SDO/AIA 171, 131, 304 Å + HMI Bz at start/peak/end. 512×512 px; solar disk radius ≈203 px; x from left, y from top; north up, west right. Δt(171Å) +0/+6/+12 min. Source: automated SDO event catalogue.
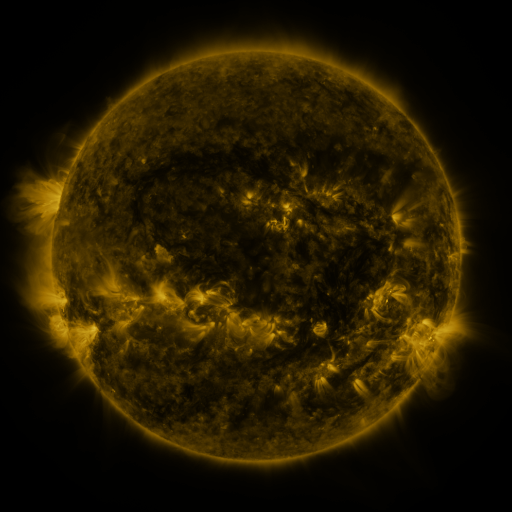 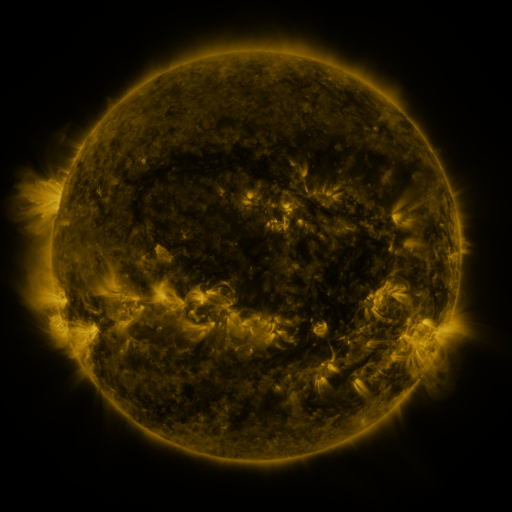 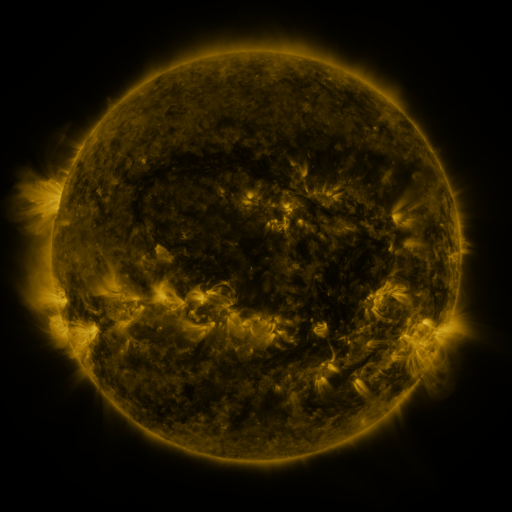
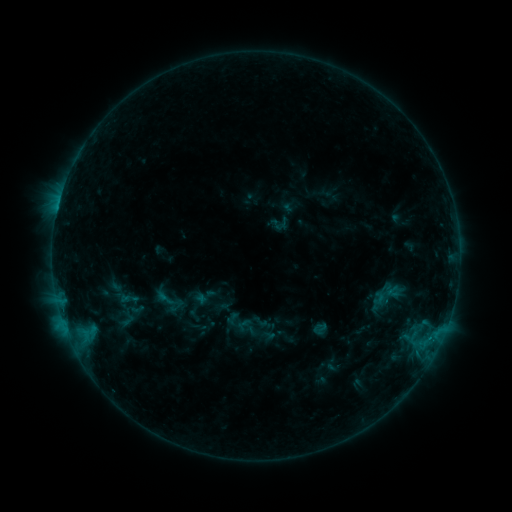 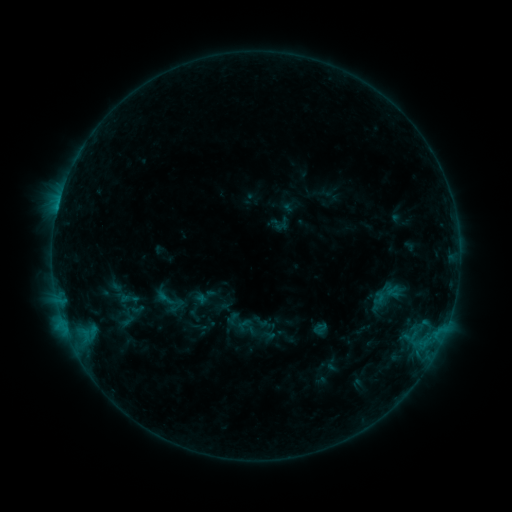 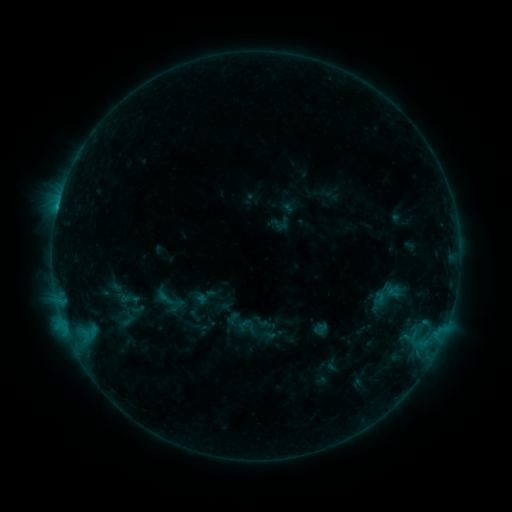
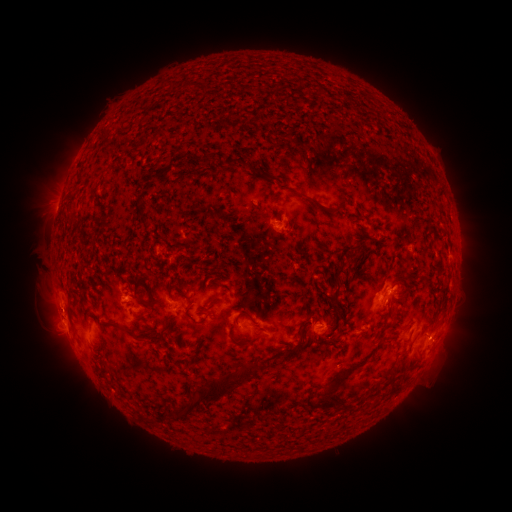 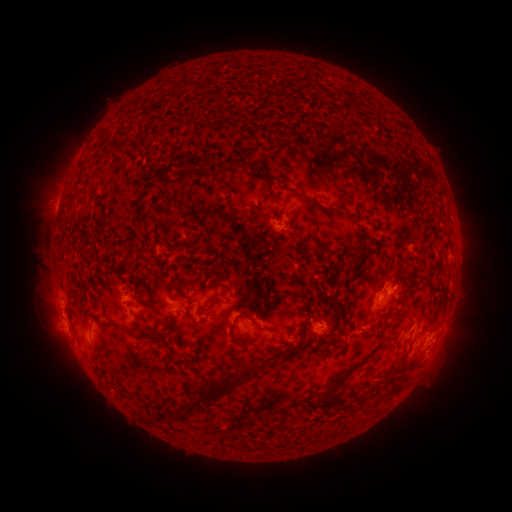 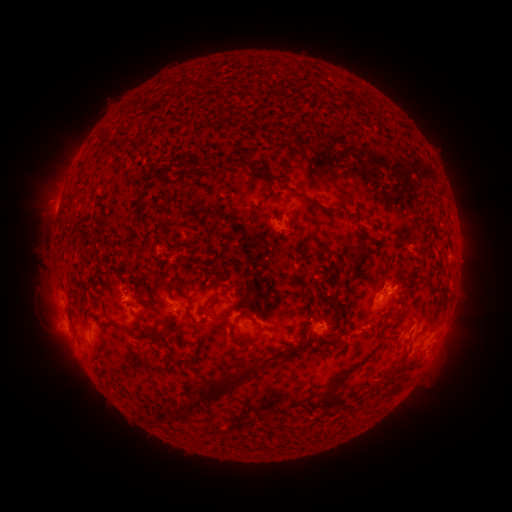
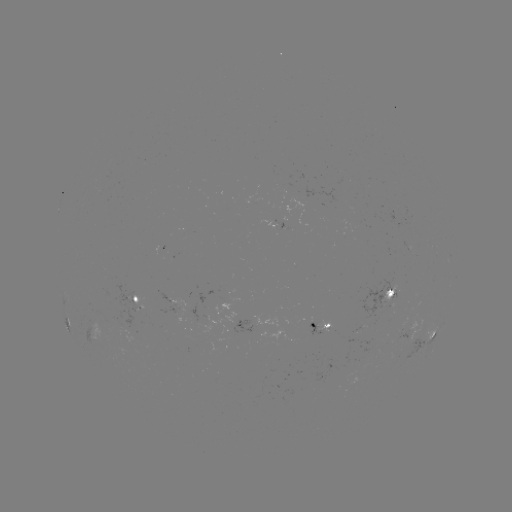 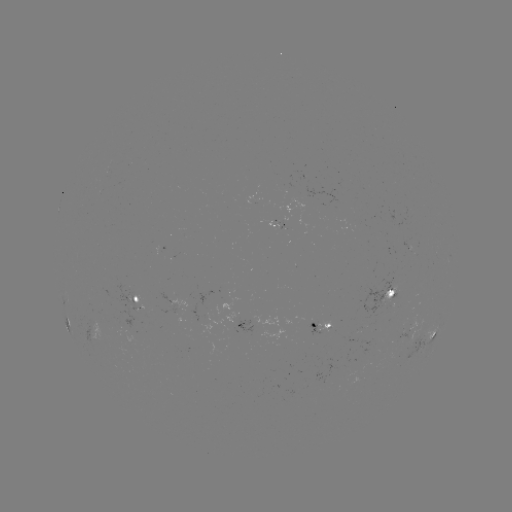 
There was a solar flare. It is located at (58, 211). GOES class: B8.6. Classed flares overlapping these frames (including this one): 1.